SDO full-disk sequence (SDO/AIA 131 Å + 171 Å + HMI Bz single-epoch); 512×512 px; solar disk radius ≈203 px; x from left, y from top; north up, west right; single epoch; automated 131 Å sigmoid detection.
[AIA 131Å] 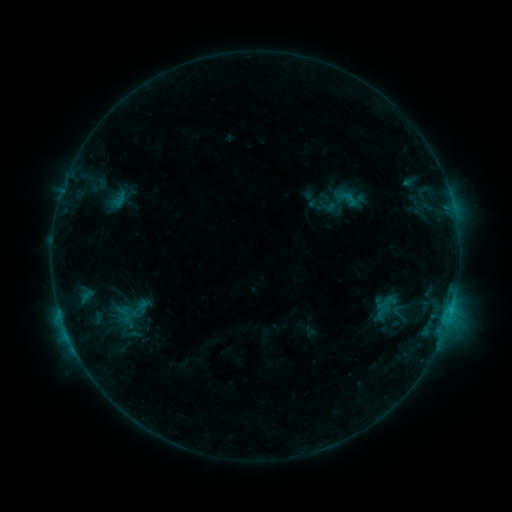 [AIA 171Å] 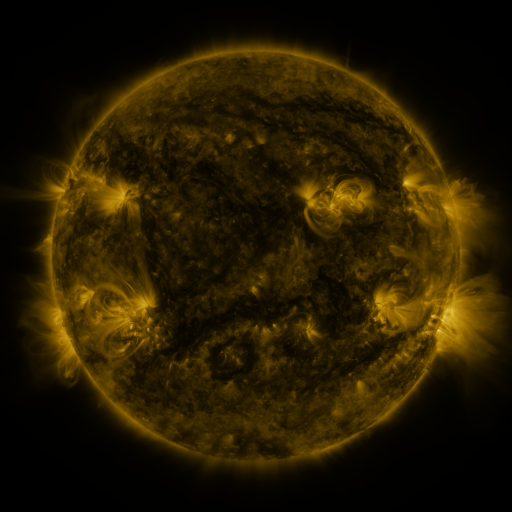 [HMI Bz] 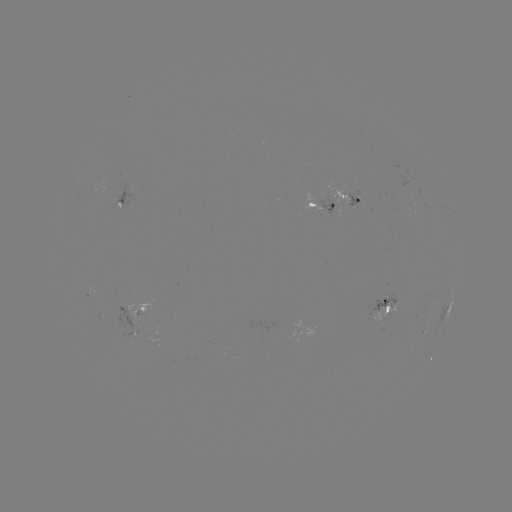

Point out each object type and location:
sigmoid: [310, 175, 367, 227]
sigmoid: [115, 305, 142, 324]
